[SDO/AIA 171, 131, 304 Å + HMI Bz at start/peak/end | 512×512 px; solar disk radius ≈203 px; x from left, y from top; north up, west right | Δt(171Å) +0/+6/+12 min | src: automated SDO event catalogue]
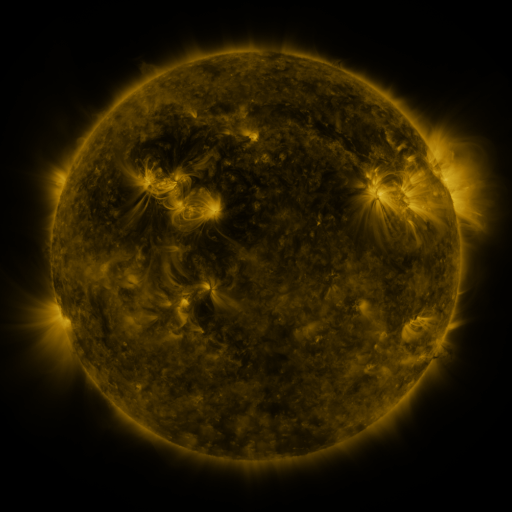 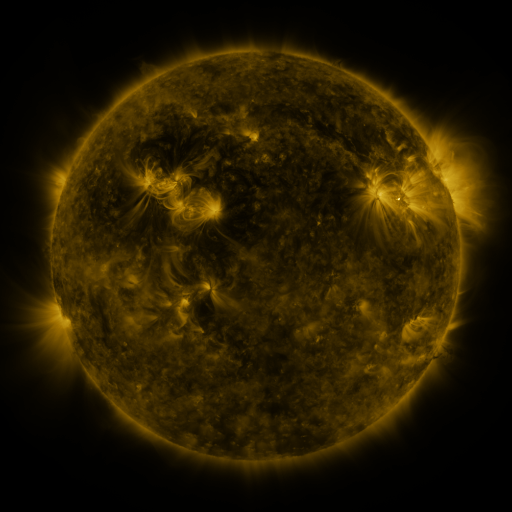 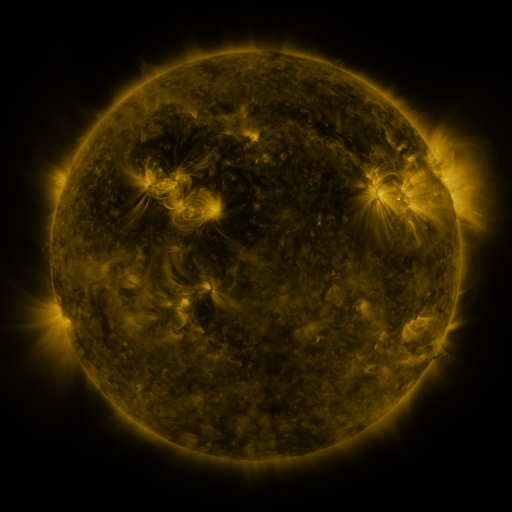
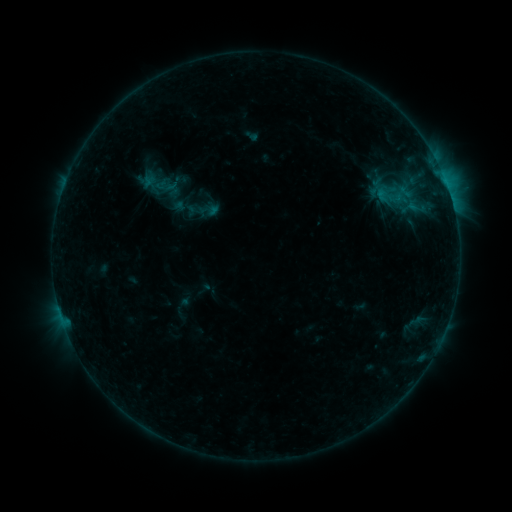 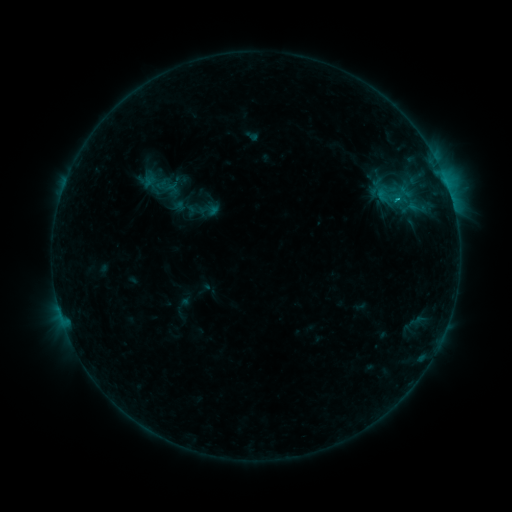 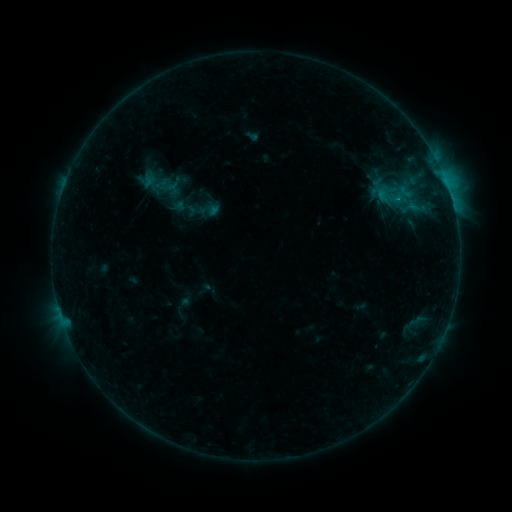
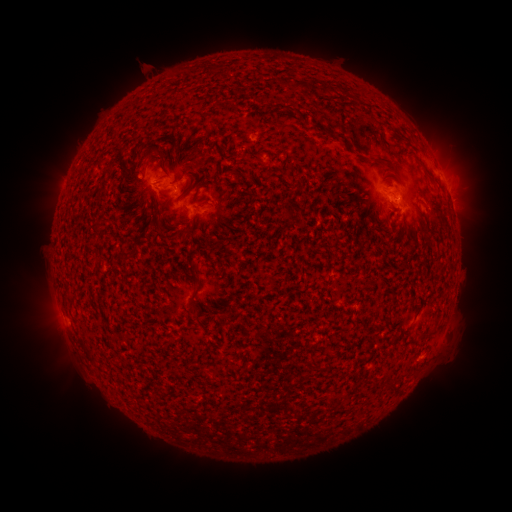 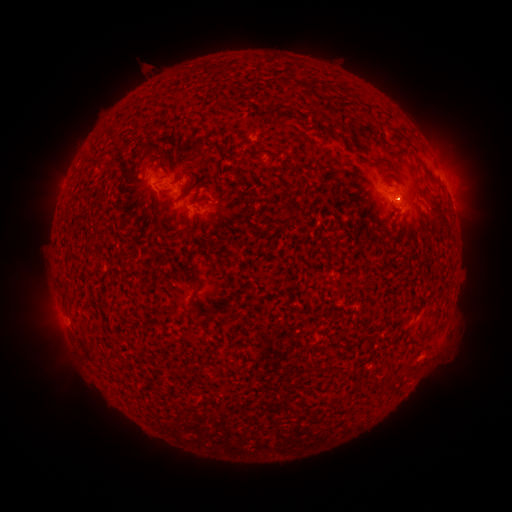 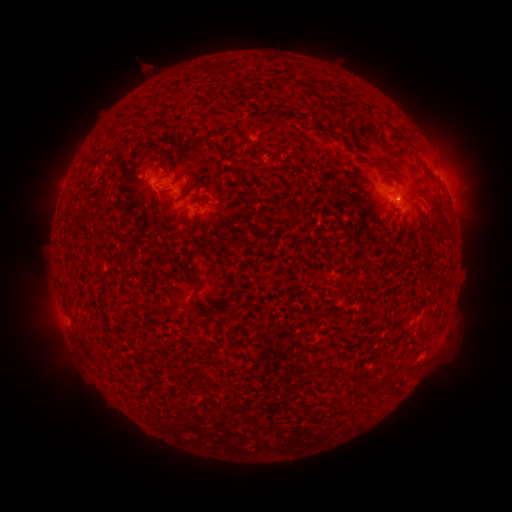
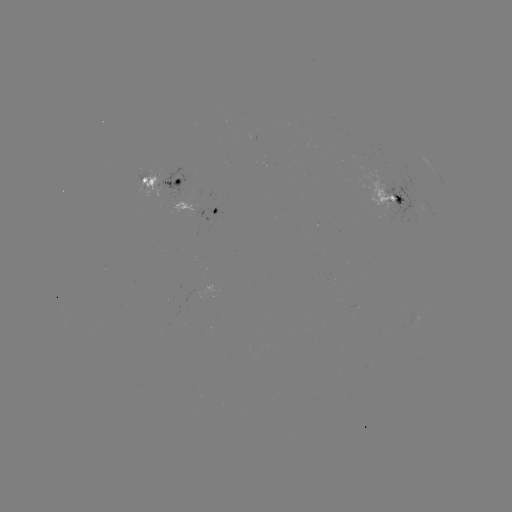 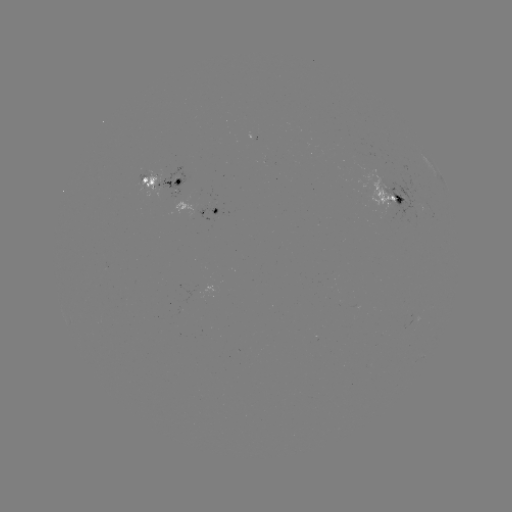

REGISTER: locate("eruption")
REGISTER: (476, 145)